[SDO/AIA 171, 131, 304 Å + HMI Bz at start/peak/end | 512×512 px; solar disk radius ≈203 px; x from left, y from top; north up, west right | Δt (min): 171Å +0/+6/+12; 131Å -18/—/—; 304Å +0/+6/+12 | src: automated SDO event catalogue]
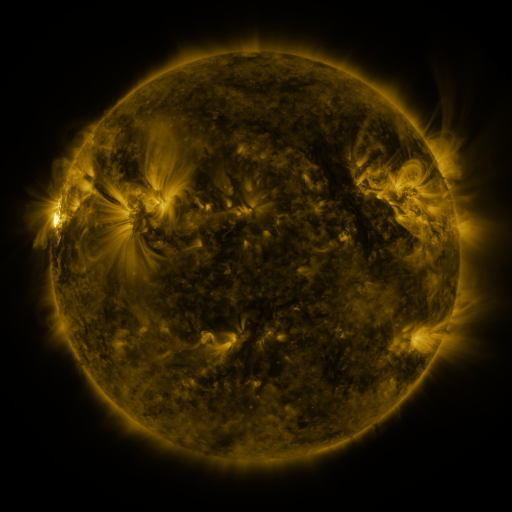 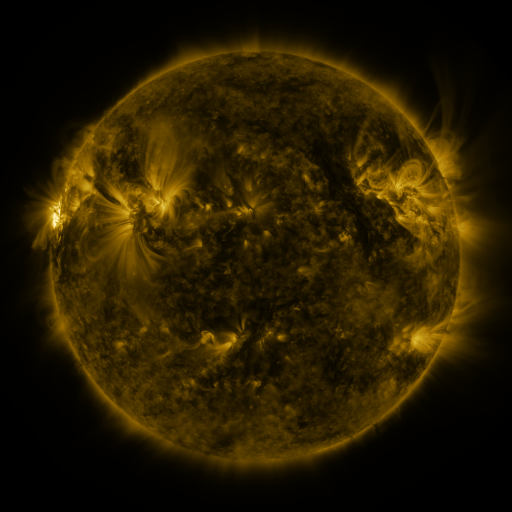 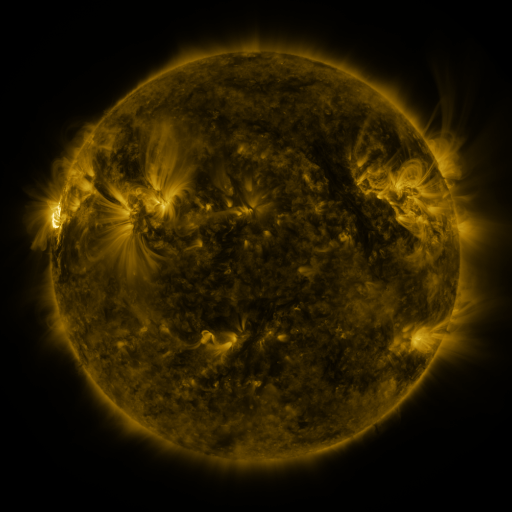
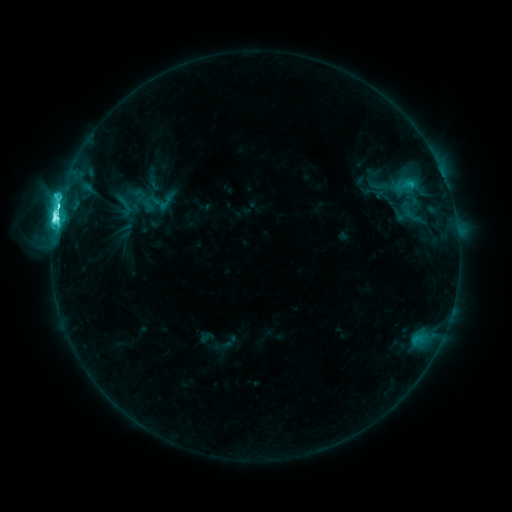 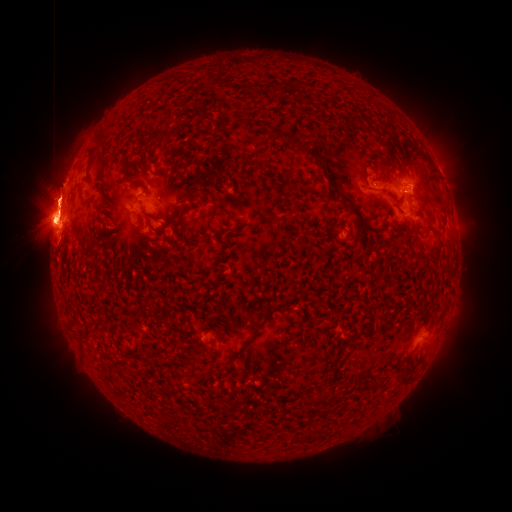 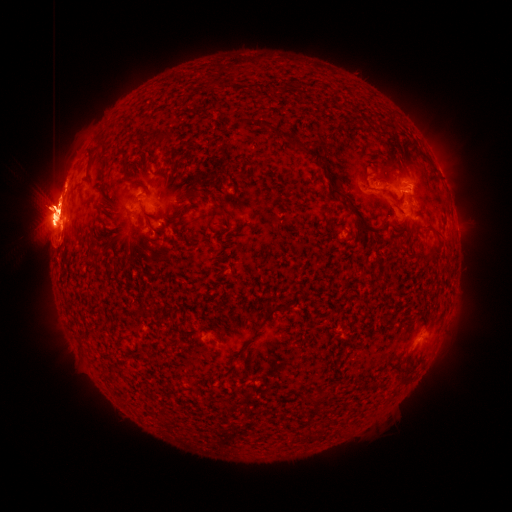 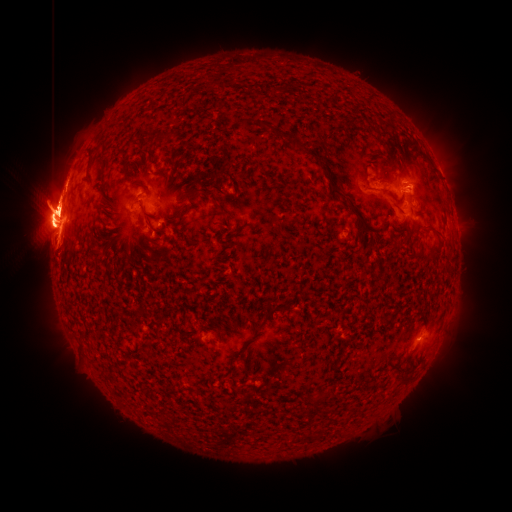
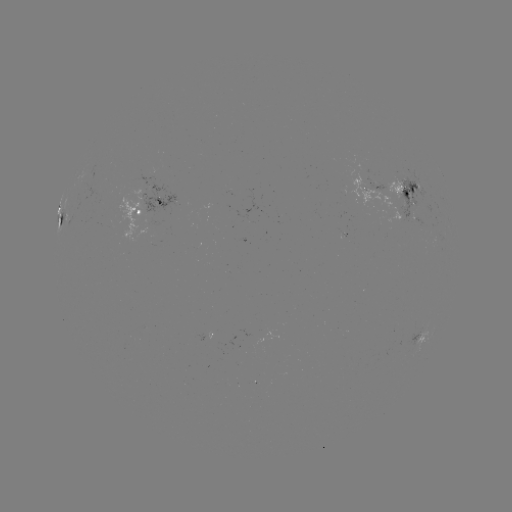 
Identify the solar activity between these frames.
eruption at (443, 348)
